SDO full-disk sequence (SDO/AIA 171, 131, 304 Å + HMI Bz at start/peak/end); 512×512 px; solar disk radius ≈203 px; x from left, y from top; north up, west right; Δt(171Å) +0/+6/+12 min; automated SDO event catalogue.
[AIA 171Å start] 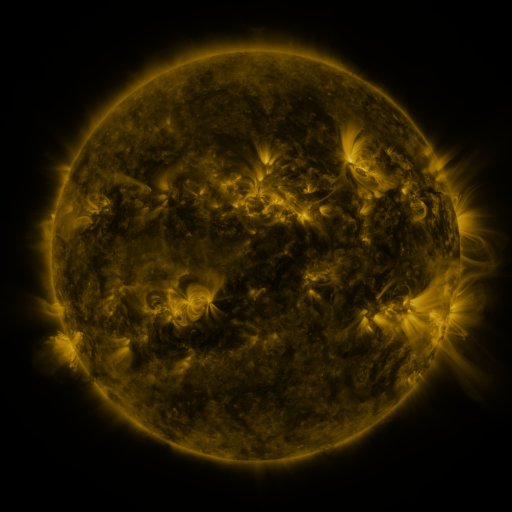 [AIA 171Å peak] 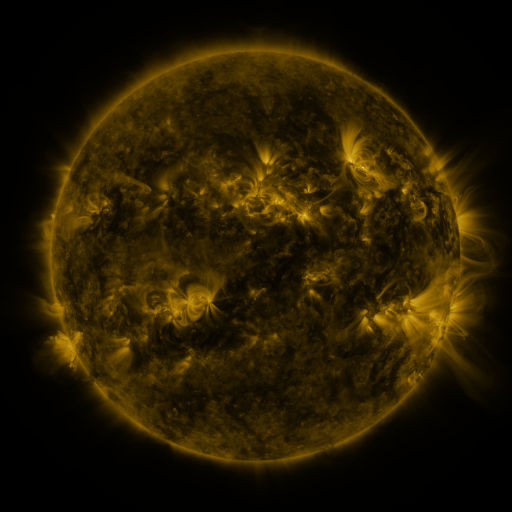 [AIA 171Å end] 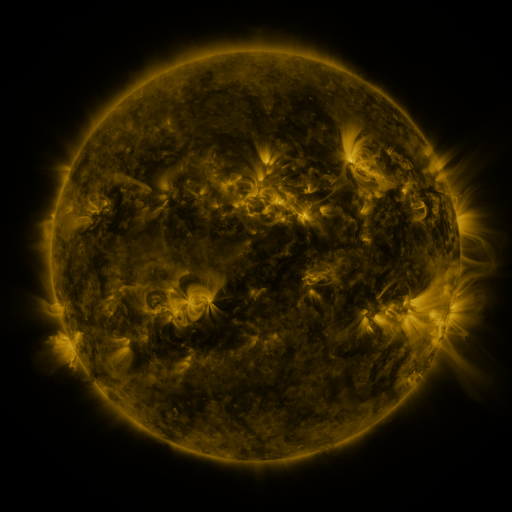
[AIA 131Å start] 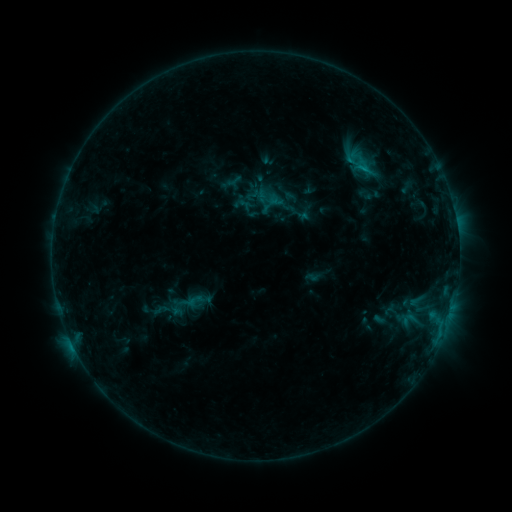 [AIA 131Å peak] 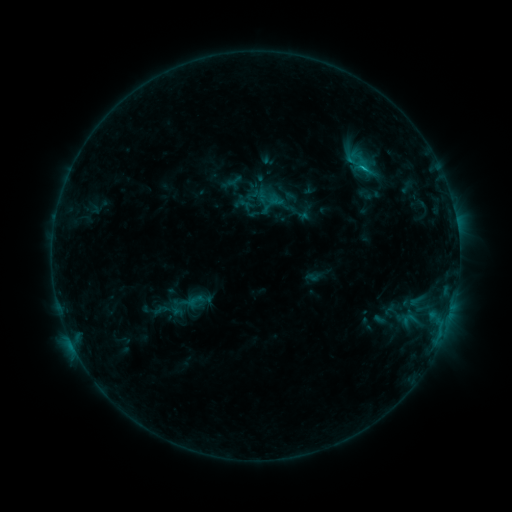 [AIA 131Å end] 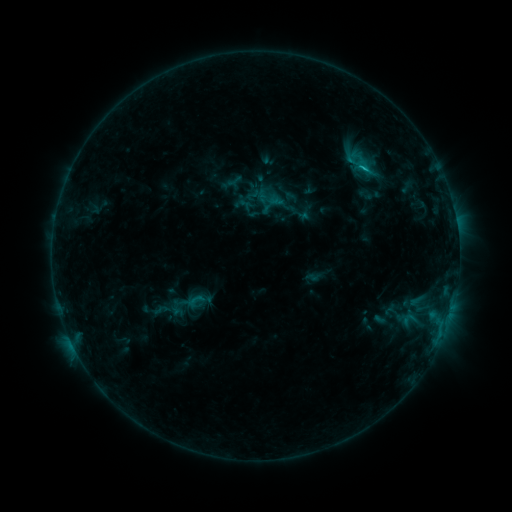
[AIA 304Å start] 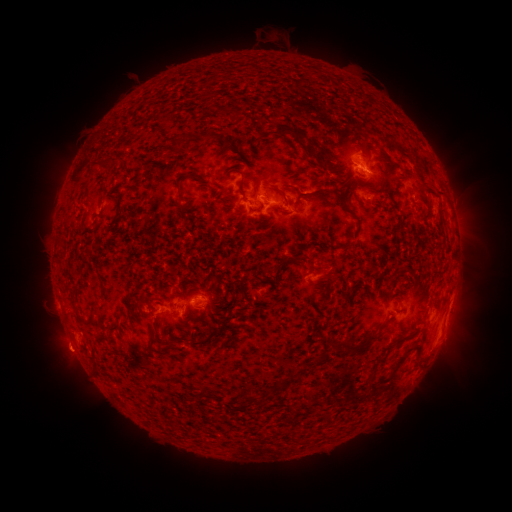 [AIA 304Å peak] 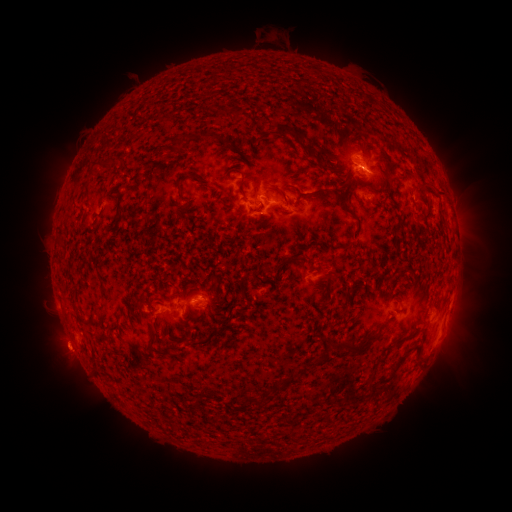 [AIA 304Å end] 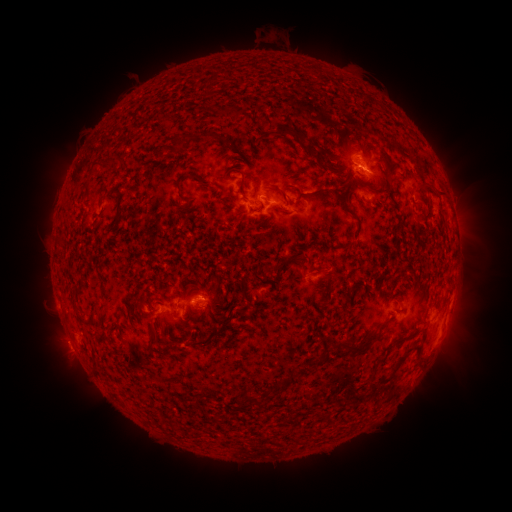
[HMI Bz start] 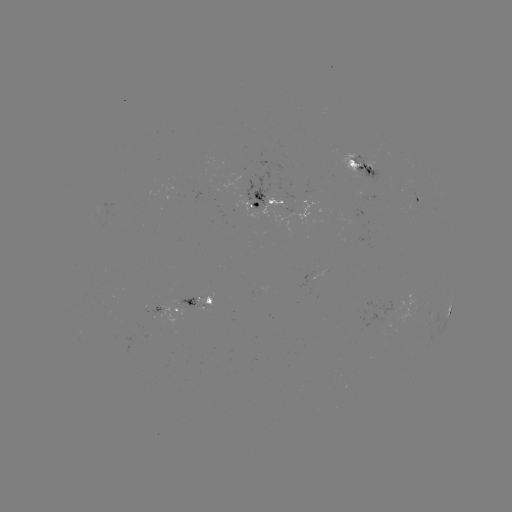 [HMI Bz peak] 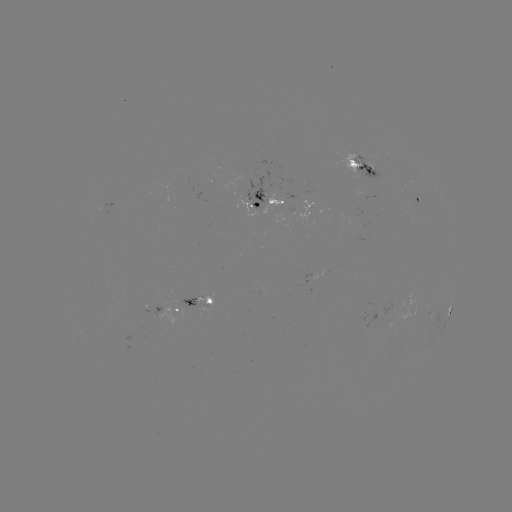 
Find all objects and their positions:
eruption: (63, 350)
